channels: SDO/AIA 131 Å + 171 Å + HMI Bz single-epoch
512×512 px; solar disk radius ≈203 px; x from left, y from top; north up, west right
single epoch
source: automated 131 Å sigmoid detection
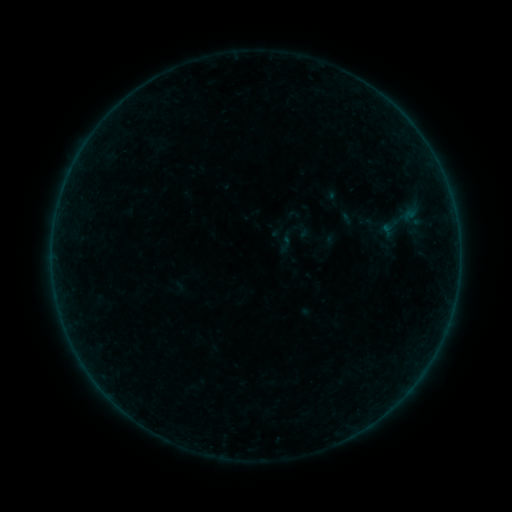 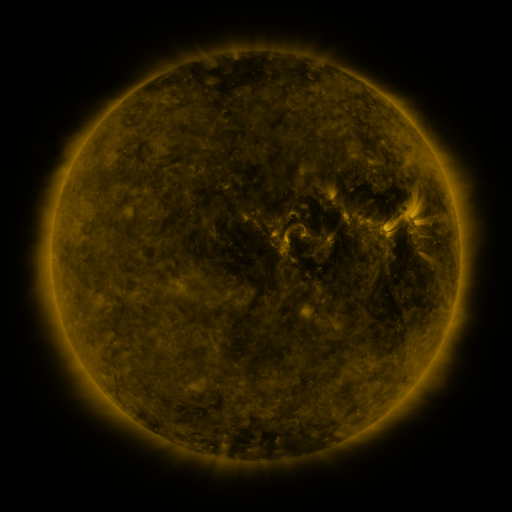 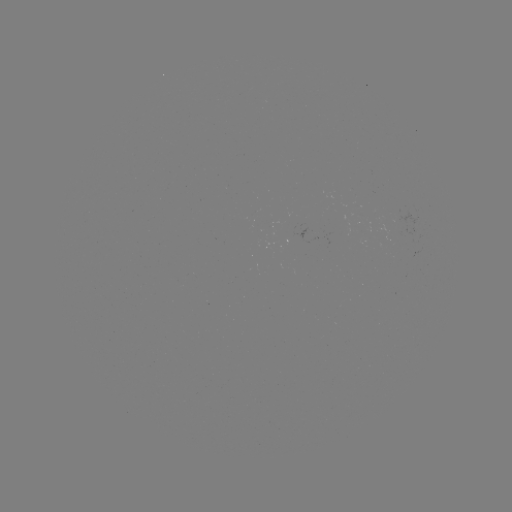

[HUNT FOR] sigmoid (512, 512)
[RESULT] [405, 220]